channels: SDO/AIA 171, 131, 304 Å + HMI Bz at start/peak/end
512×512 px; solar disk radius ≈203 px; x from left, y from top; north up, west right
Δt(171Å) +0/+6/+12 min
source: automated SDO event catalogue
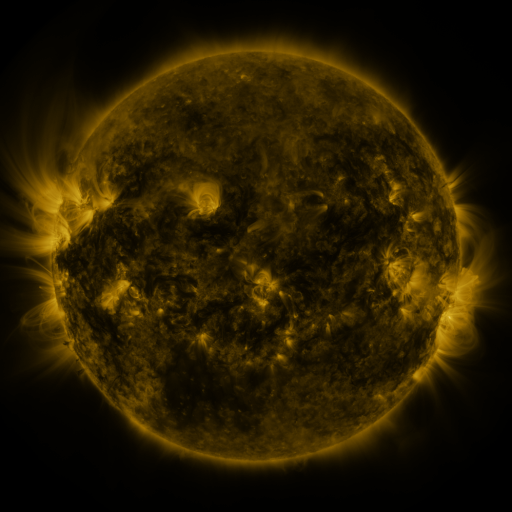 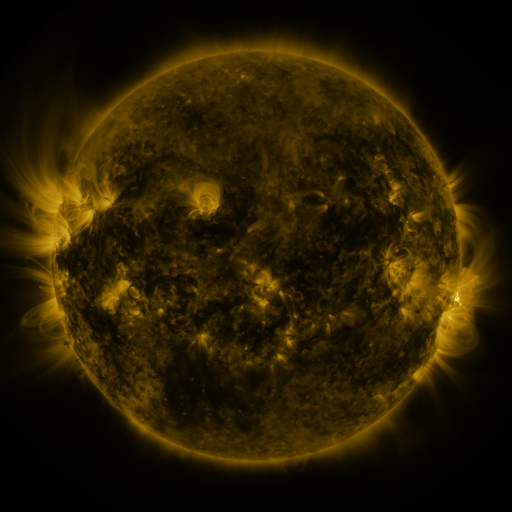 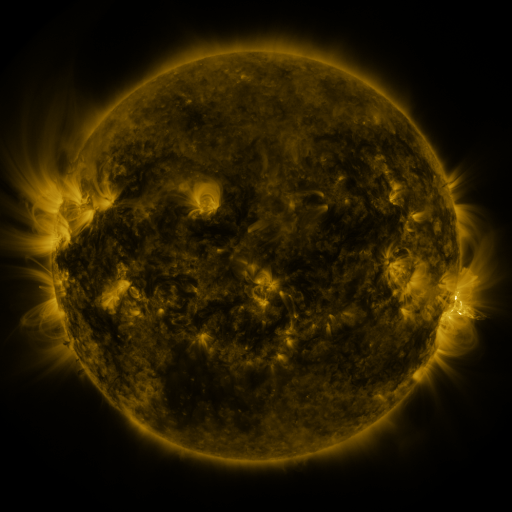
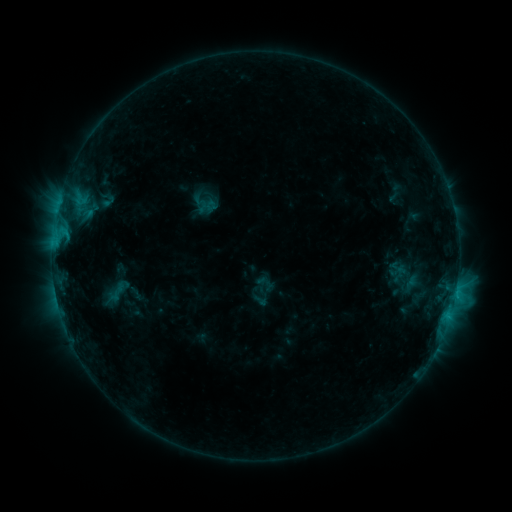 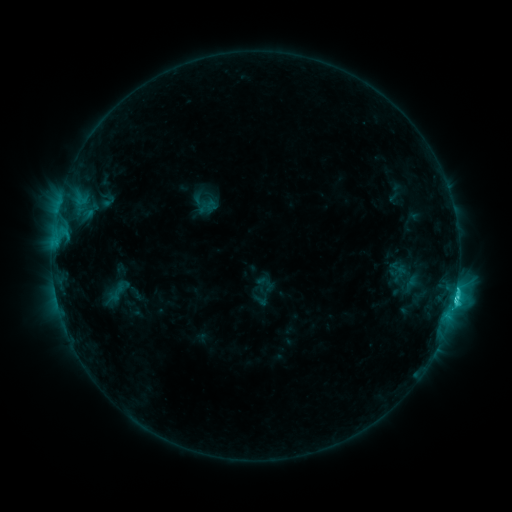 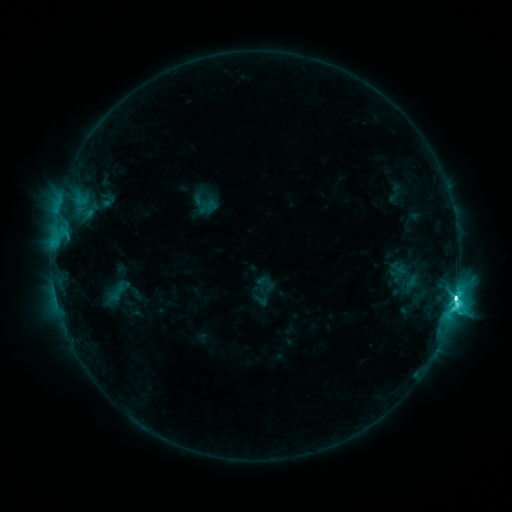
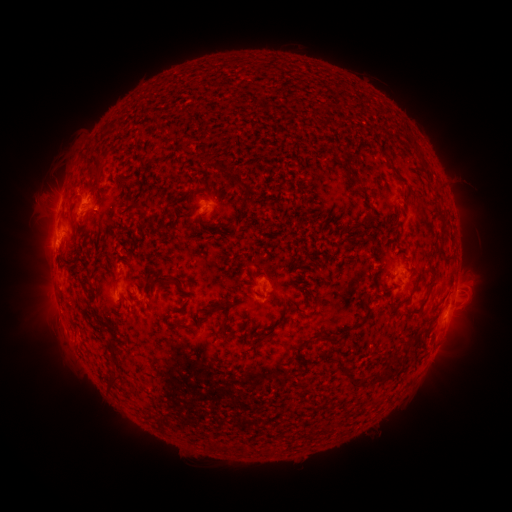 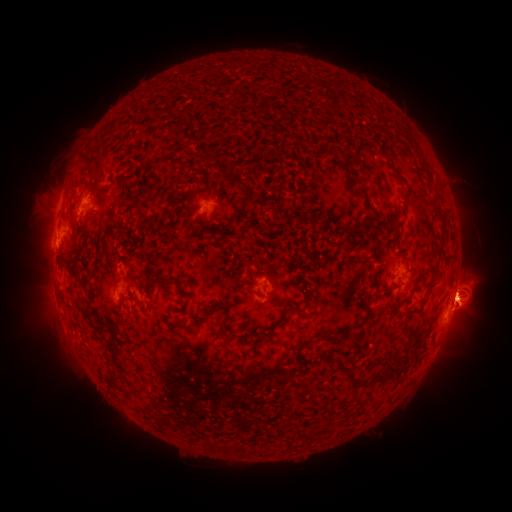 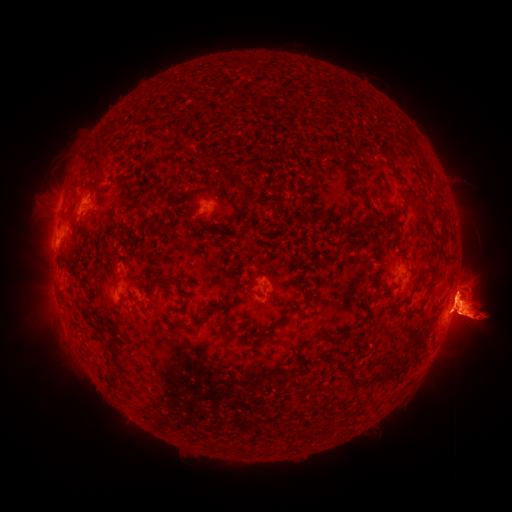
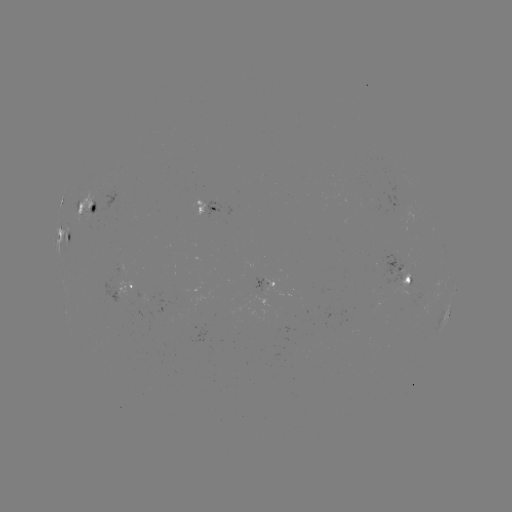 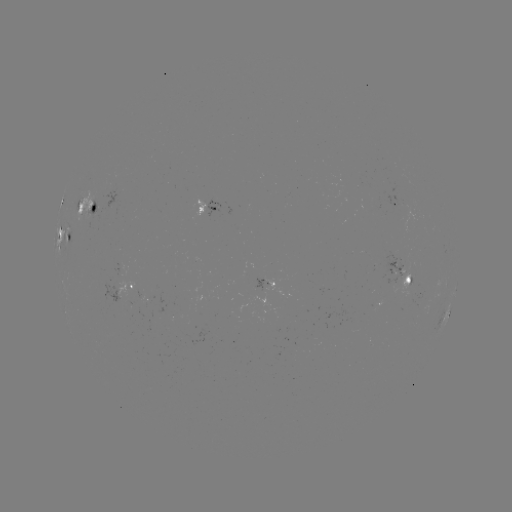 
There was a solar flare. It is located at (455, 294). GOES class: M1.0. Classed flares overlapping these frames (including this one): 1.